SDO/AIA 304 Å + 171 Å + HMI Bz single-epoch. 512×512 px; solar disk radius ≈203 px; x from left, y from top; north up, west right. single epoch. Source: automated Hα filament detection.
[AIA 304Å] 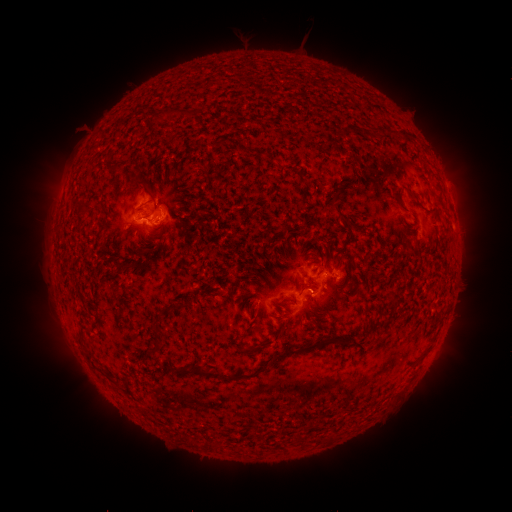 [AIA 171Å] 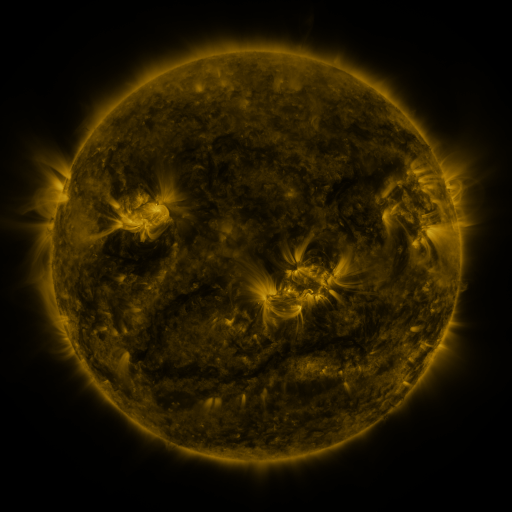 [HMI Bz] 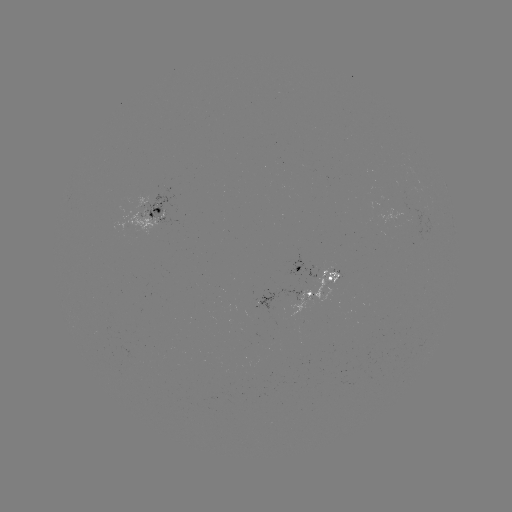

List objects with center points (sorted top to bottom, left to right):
filament: (166, 112)
filament: (380, 131)
filament: (113, 167)
filament: (141, 183)
filament: (336, 207)
filament: (156, 209)
filament: (147, 250)
filament: (116, 262)
filament: (132, 266)
filament: (307, 287)
filament: (83, 326)
filament: (305, 349)
filament: (275, 359)
filament: (179, 372)
filament: (220, 375)
